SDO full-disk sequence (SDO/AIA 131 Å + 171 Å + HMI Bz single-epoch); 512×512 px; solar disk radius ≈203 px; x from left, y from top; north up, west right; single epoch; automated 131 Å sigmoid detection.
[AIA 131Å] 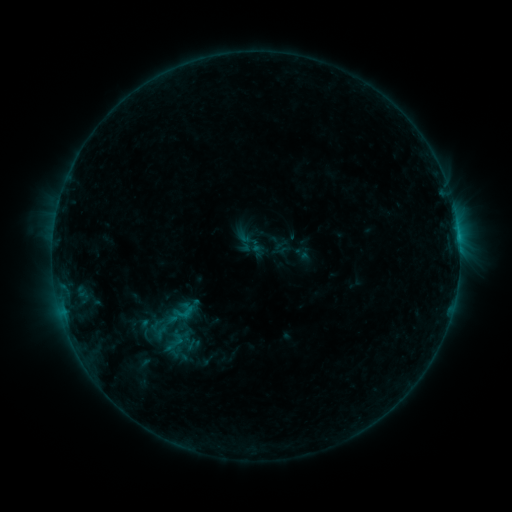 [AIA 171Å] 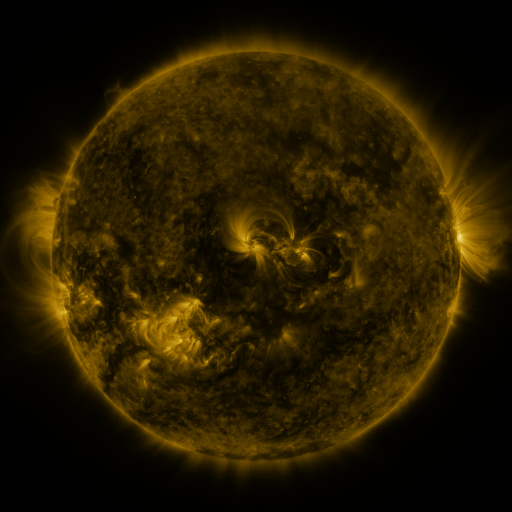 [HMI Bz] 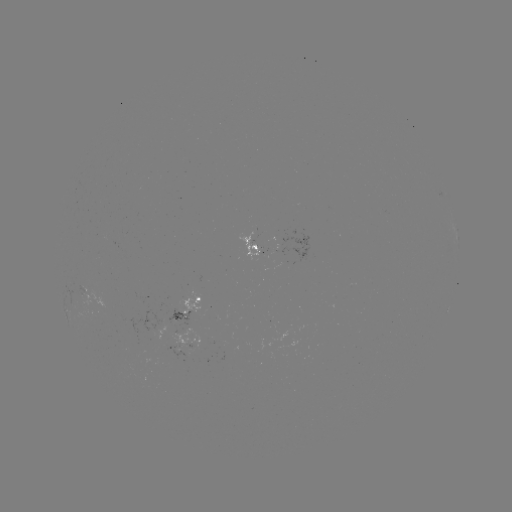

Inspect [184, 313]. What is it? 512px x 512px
sigmoid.